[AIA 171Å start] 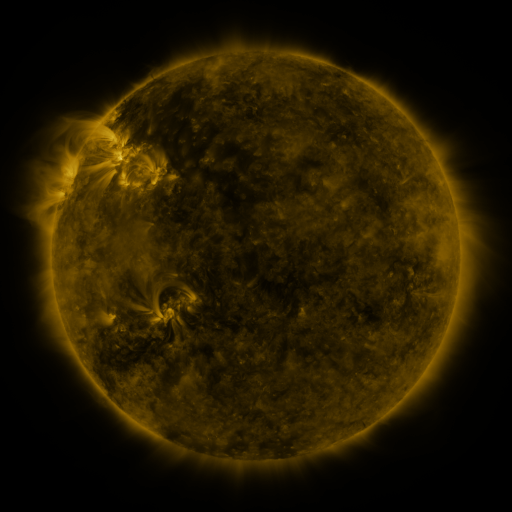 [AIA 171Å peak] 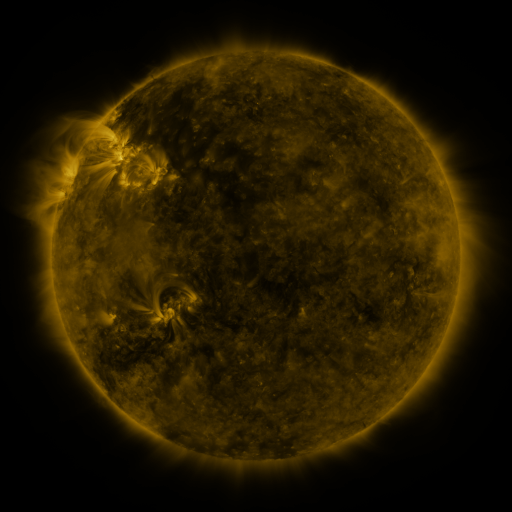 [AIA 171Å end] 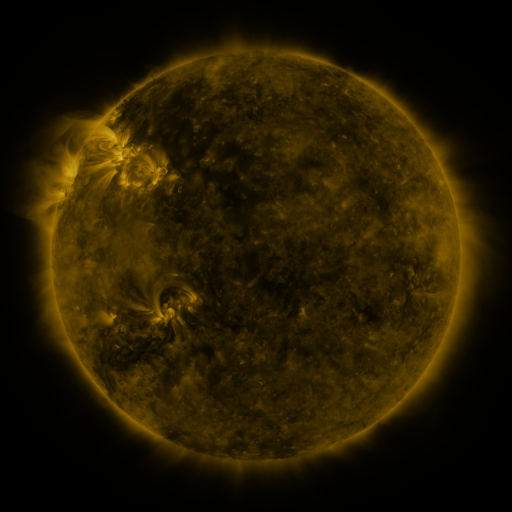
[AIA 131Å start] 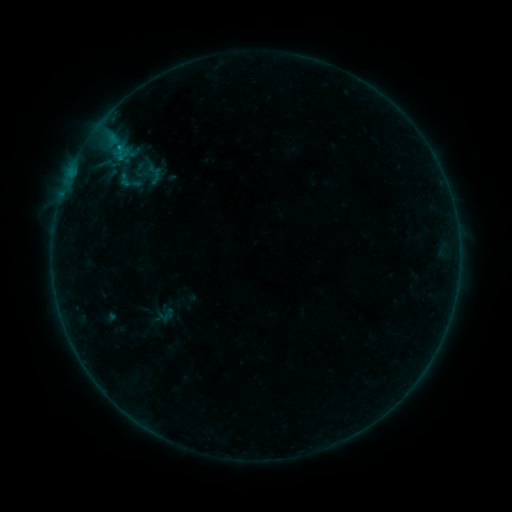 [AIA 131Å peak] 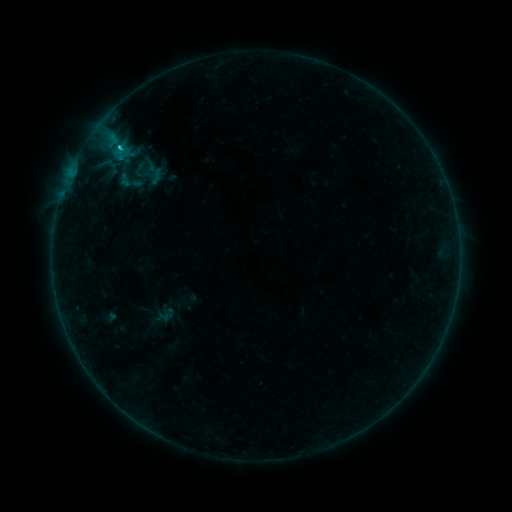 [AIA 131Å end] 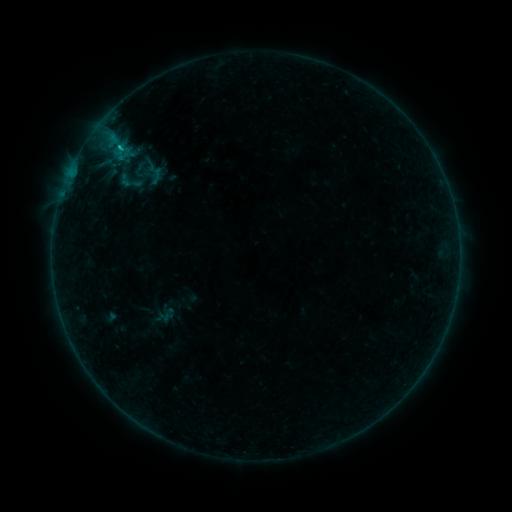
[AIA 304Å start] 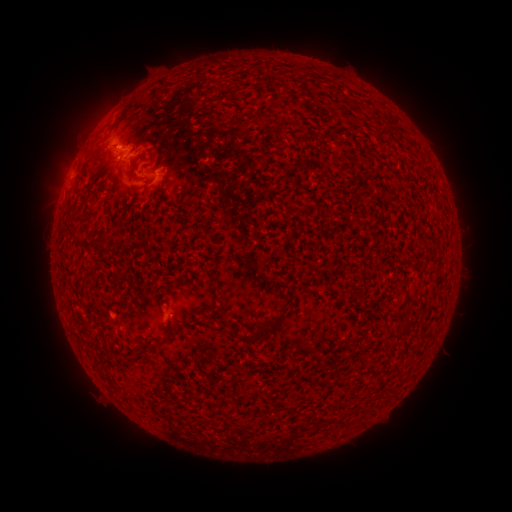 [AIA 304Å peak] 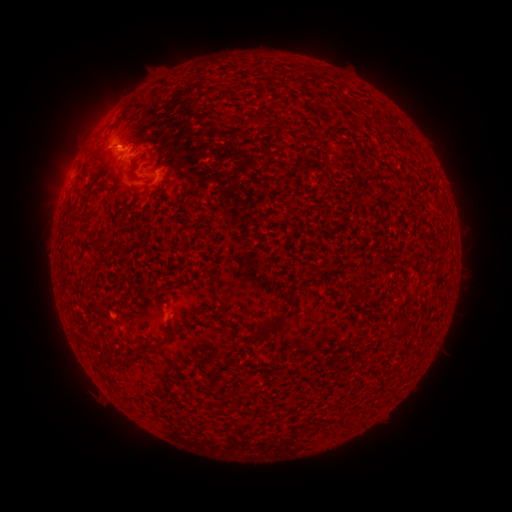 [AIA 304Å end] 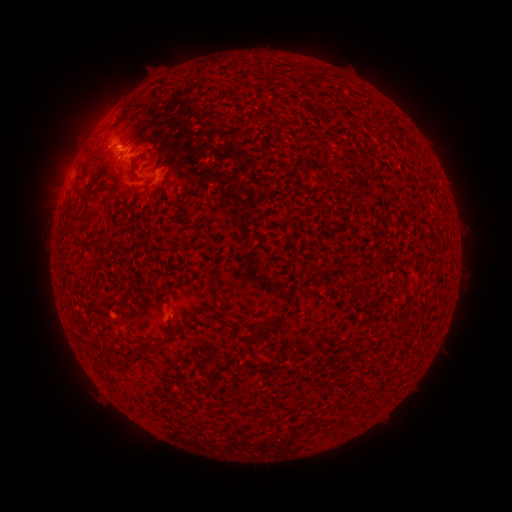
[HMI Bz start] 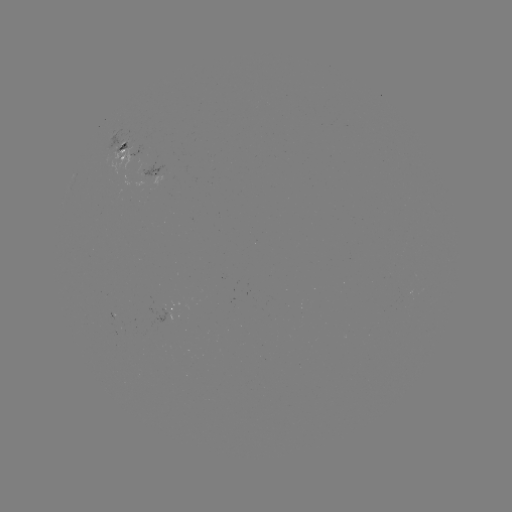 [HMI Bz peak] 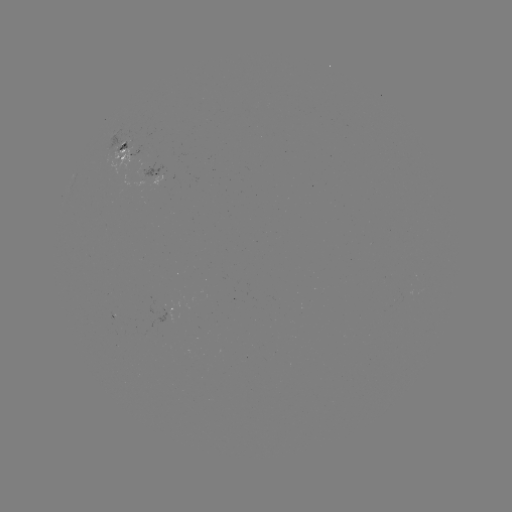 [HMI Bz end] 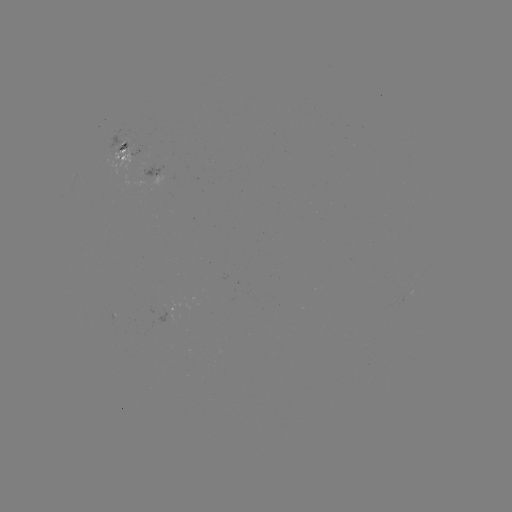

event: flare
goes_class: B7.9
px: (119, 149)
